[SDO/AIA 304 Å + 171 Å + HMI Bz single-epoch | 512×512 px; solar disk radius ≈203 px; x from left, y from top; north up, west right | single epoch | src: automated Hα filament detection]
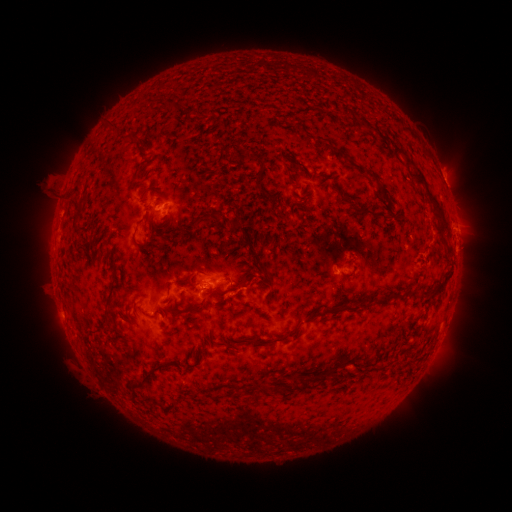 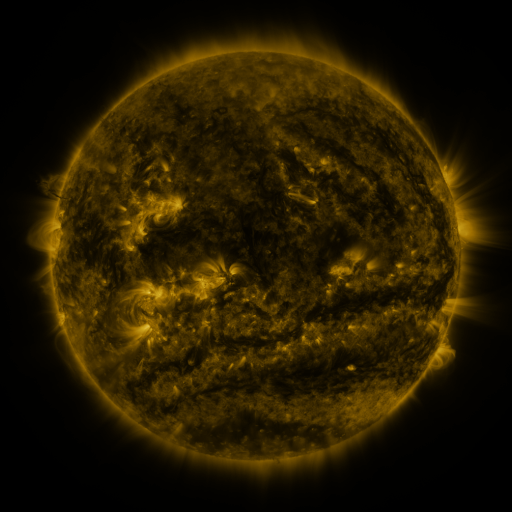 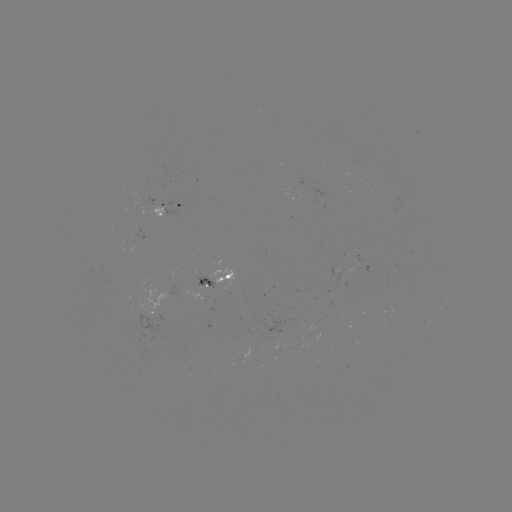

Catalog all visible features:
filament: (116, 126)
filament: (405, 155)
filament: (262, 167)
filament: (373, 178)
filament: (382, 193)
filament: (432, 201)
filament: (357, 210)
filament: (202, 217)
filament: (234, 221)
filament: (144, 245)
filament: (261, 266)
filament: (423, 293)
filament: (109, 297)
filament: (346, 308)
filament: (182, 310)
filament: (146, 314)
filament: (311, 317)
filament: (249, 340)
filament: (147, 376)
filament: (263, 390)
